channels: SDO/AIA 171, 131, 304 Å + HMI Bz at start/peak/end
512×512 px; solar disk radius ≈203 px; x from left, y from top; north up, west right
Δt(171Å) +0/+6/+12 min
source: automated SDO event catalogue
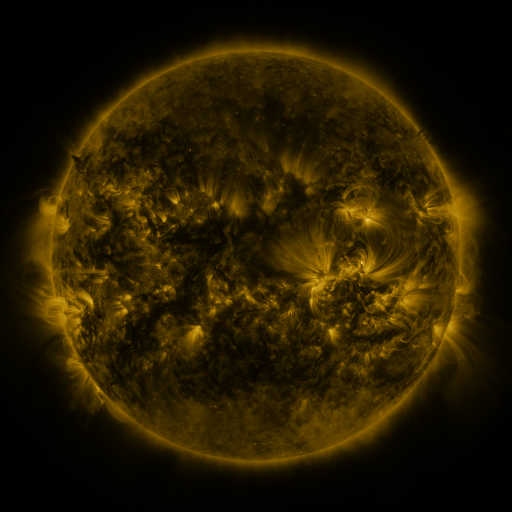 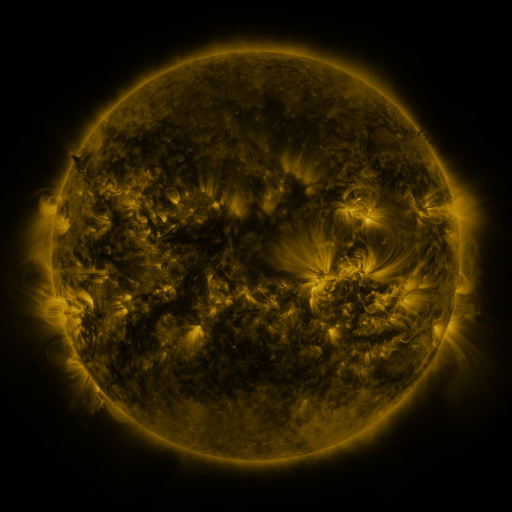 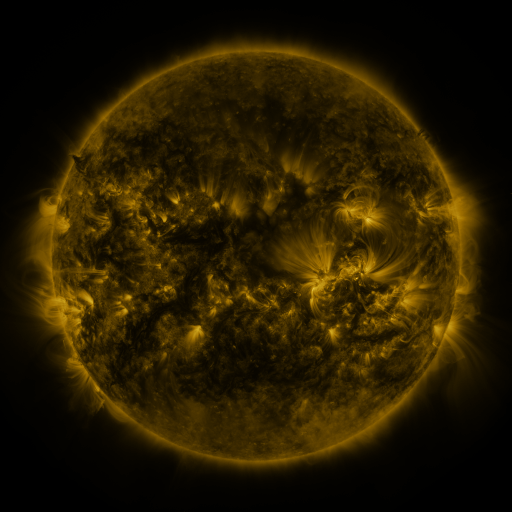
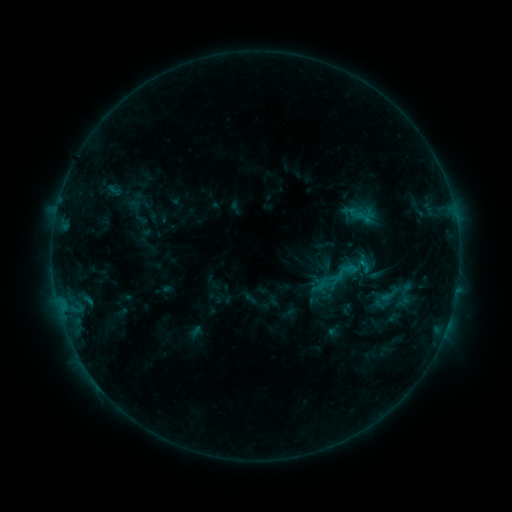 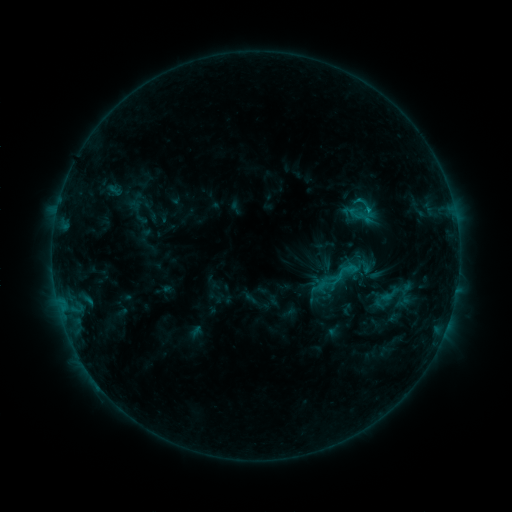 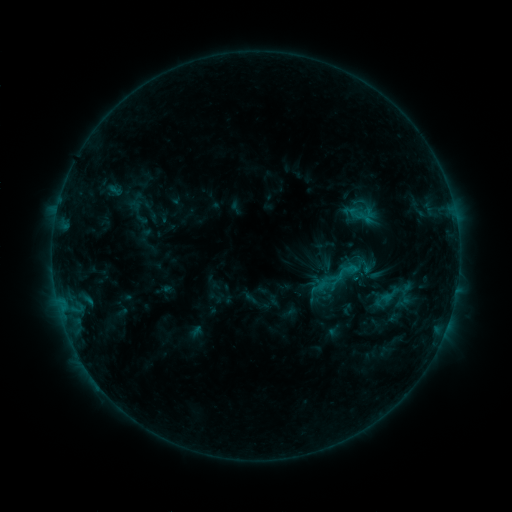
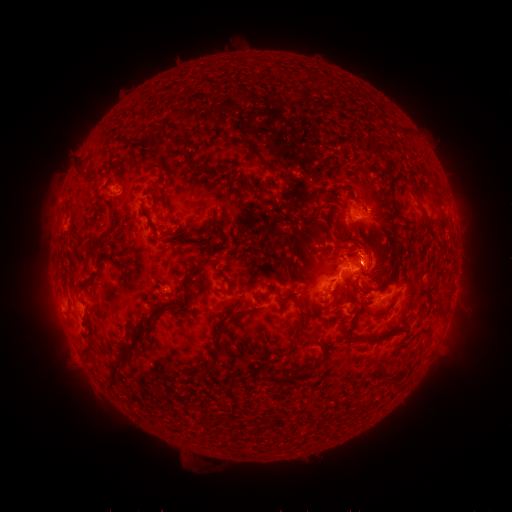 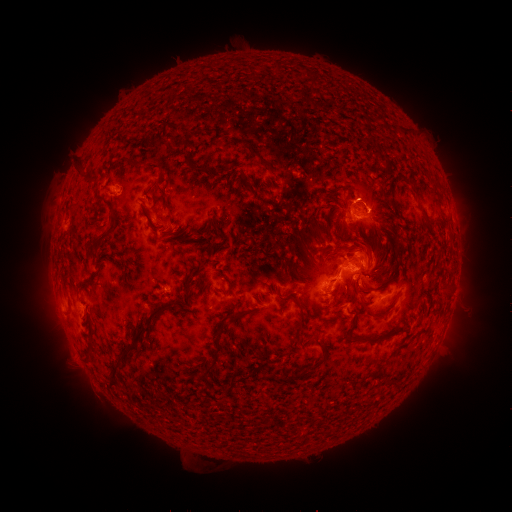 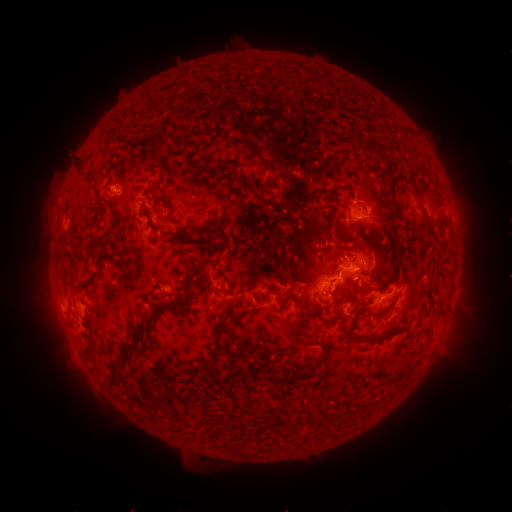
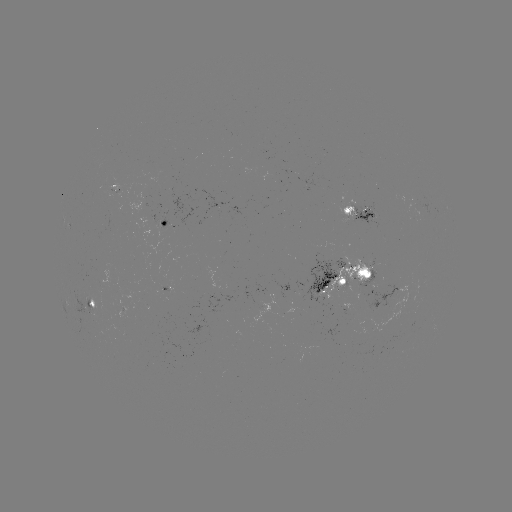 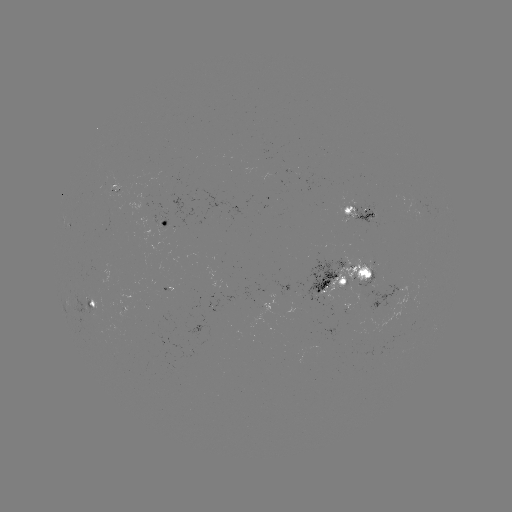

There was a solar eruption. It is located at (373, 200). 